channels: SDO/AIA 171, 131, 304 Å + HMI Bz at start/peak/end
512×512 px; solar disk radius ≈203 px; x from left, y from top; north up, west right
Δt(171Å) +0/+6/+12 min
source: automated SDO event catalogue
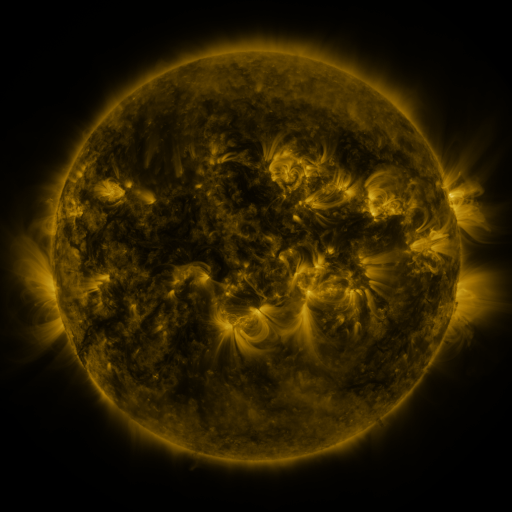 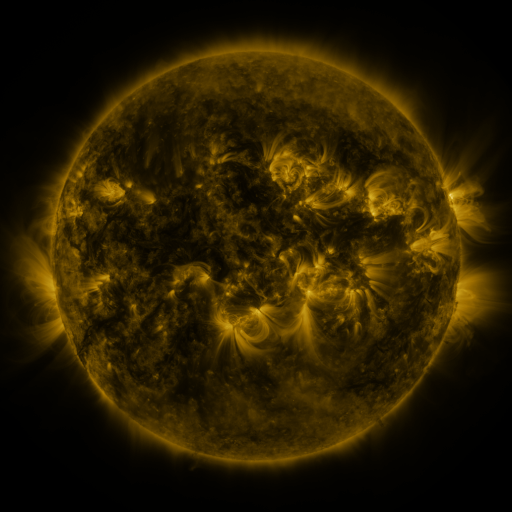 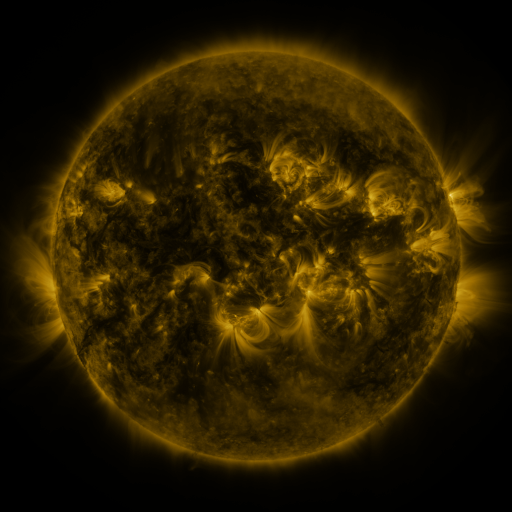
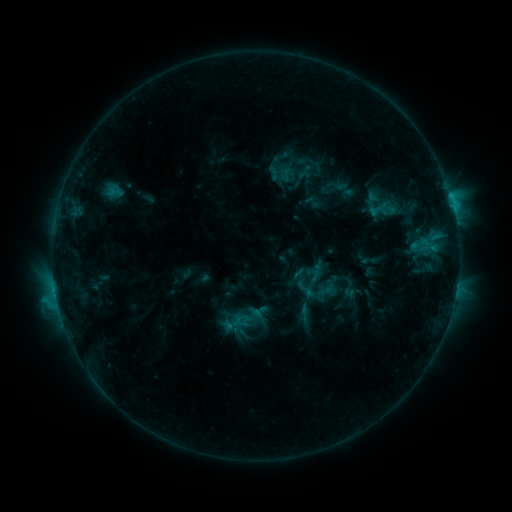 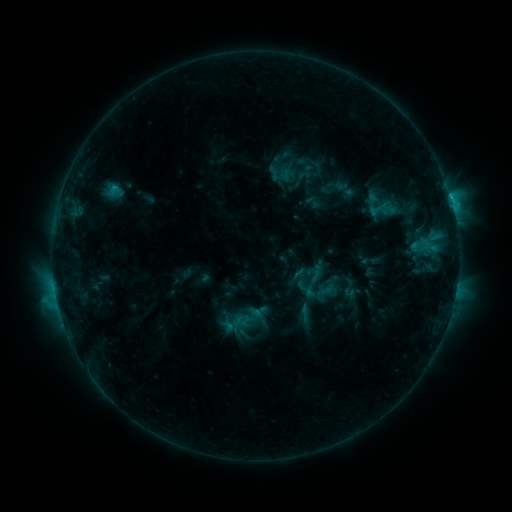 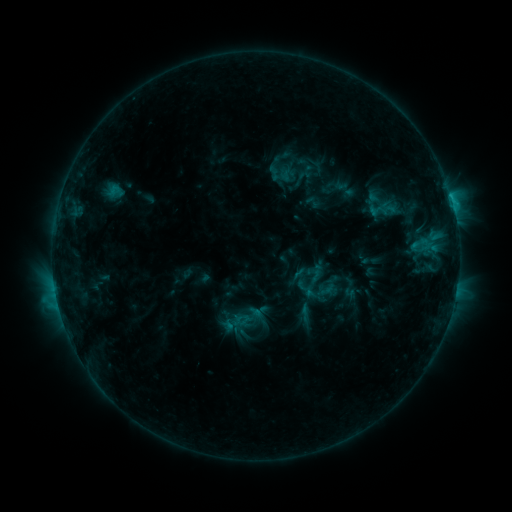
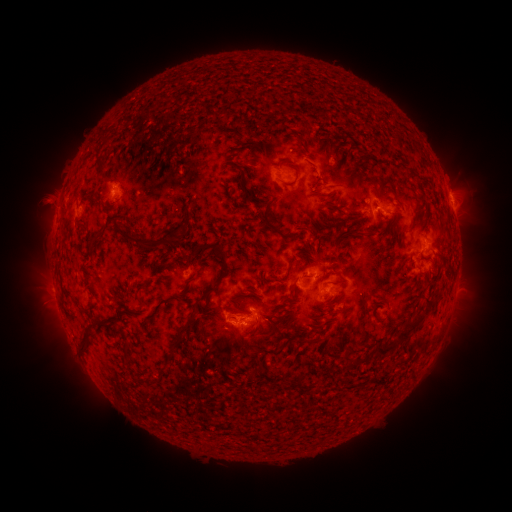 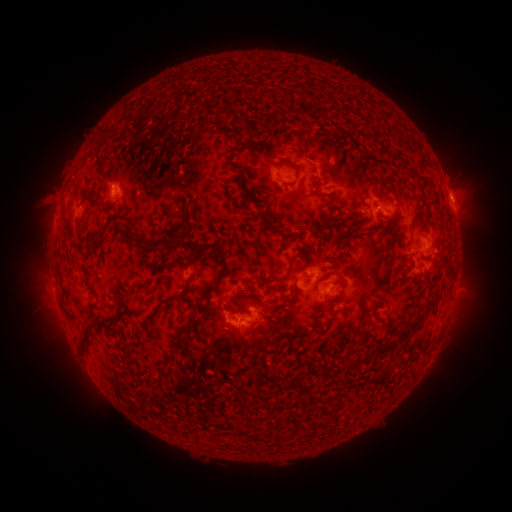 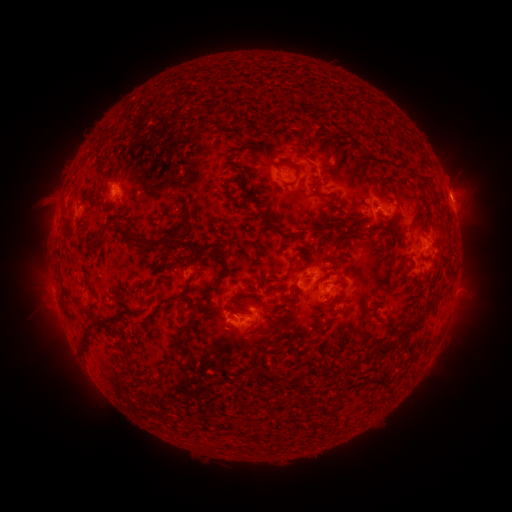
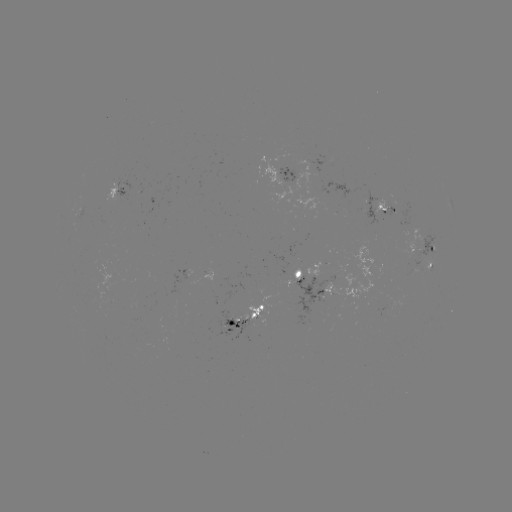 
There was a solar eruption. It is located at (460, 191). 